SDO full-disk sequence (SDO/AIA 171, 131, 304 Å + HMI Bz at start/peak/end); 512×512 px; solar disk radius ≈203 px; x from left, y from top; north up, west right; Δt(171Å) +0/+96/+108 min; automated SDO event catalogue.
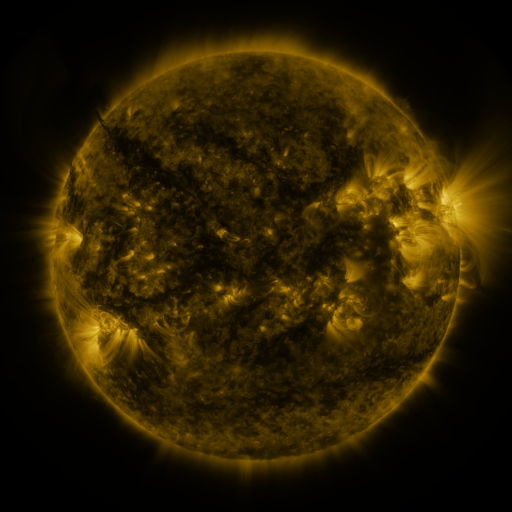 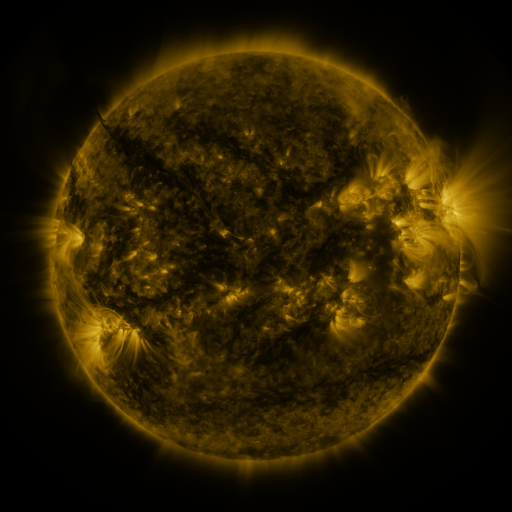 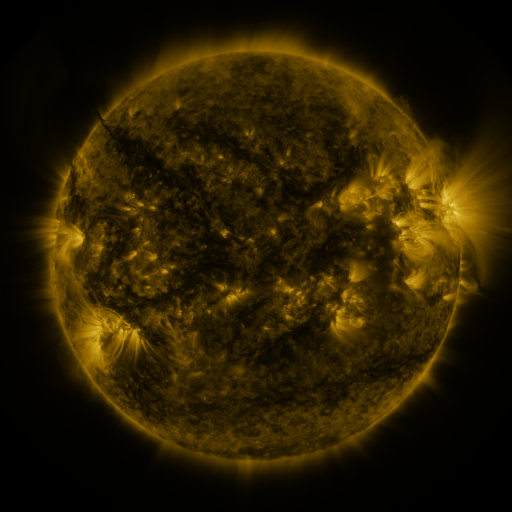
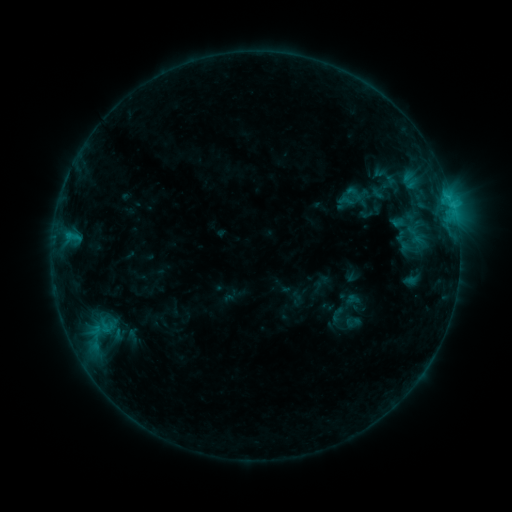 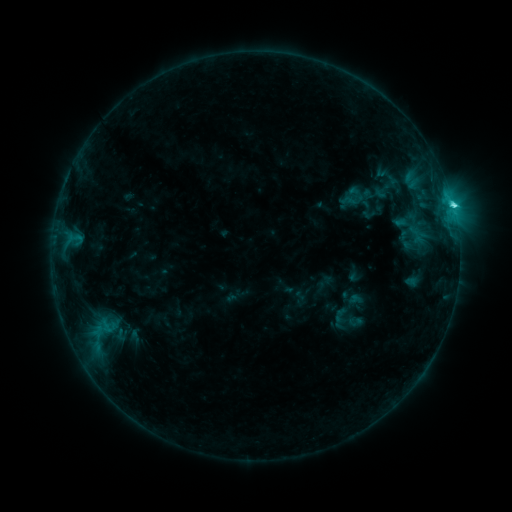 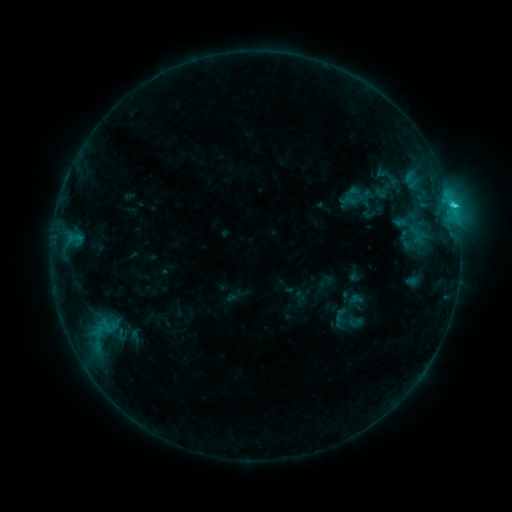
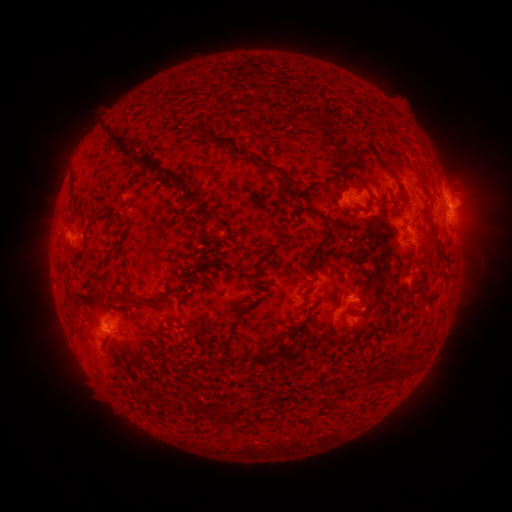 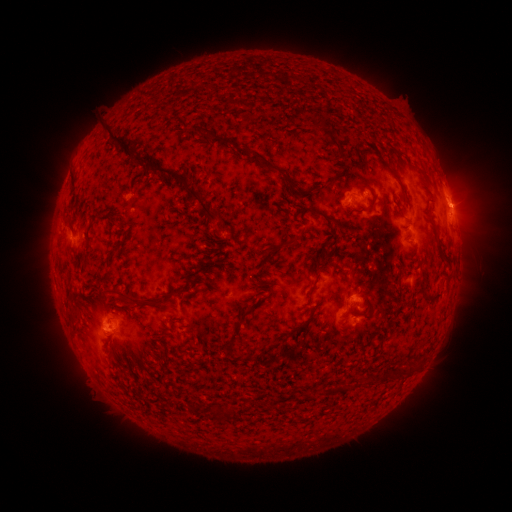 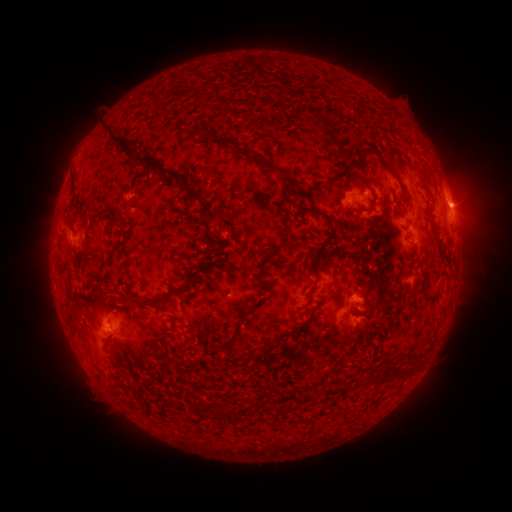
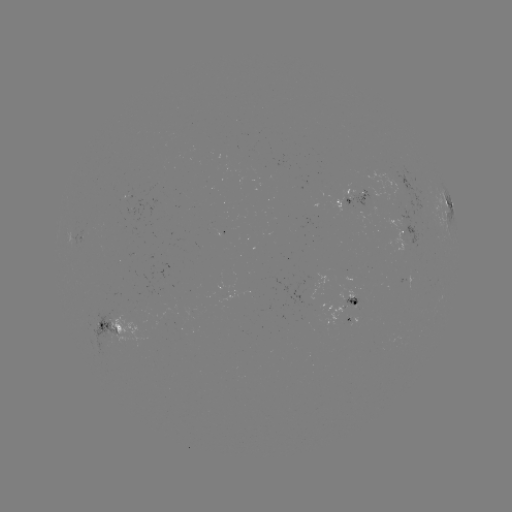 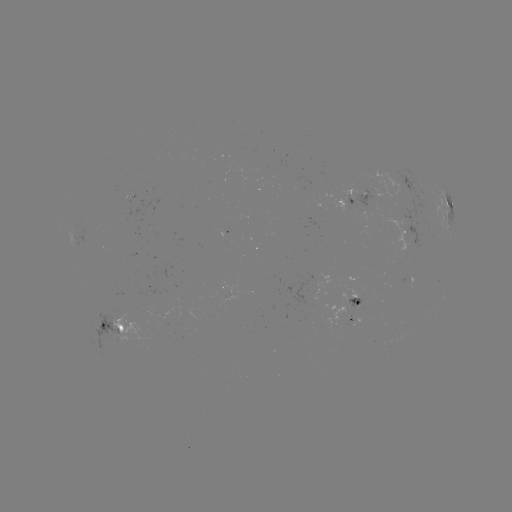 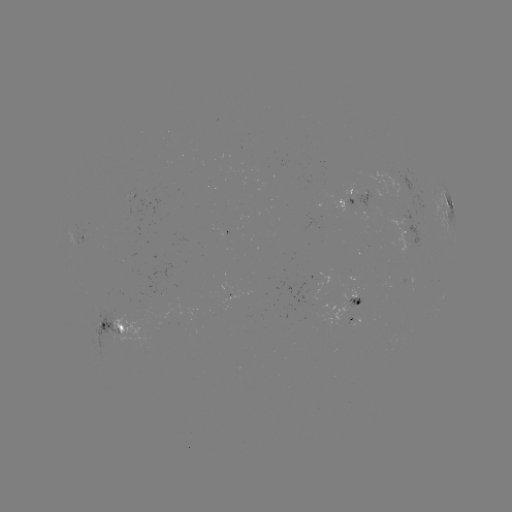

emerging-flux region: [82, 308, 129, 347]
